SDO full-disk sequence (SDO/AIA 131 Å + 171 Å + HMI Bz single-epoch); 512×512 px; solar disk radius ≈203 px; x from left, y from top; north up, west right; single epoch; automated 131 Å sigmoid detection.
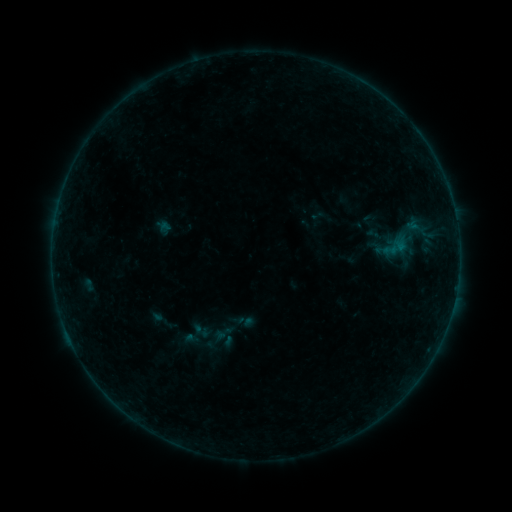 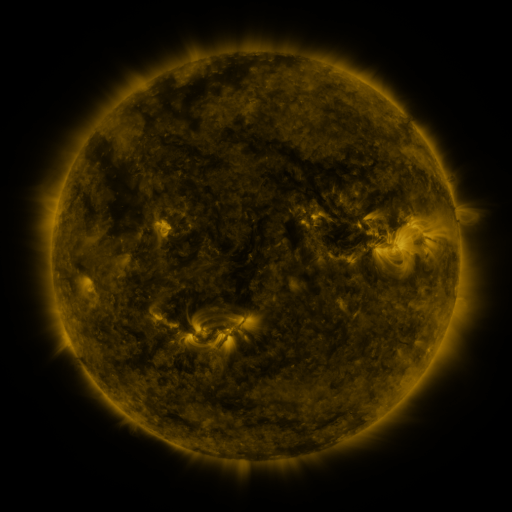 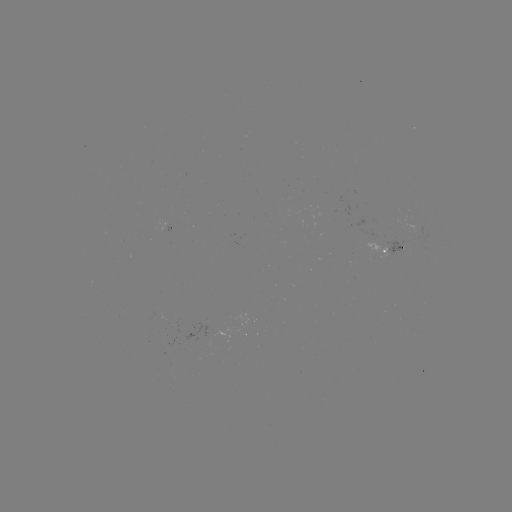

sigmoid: [191, 322, 211, 340]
